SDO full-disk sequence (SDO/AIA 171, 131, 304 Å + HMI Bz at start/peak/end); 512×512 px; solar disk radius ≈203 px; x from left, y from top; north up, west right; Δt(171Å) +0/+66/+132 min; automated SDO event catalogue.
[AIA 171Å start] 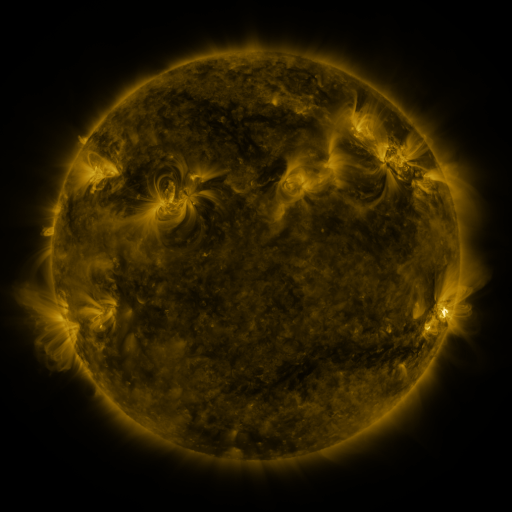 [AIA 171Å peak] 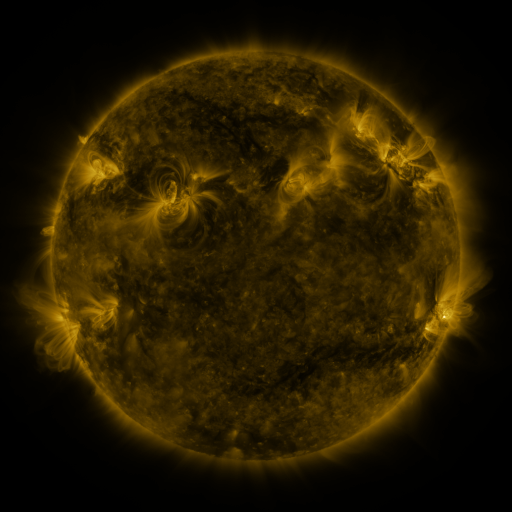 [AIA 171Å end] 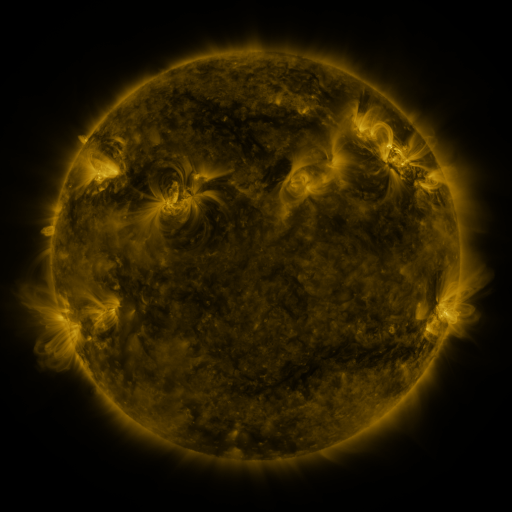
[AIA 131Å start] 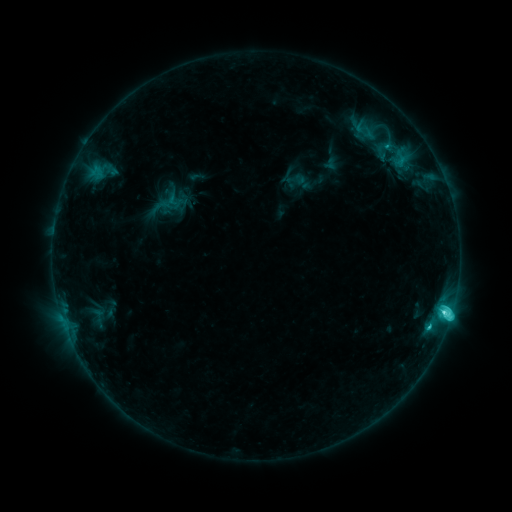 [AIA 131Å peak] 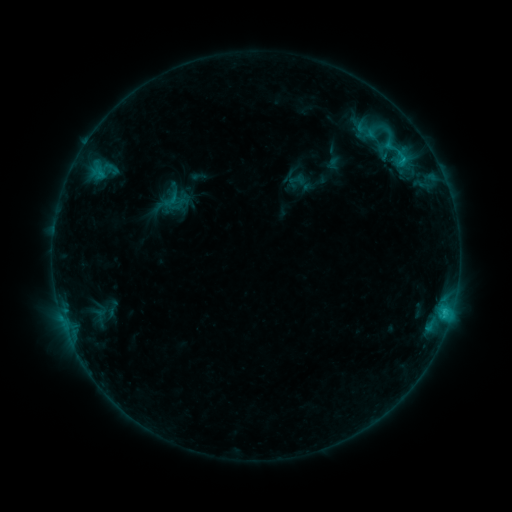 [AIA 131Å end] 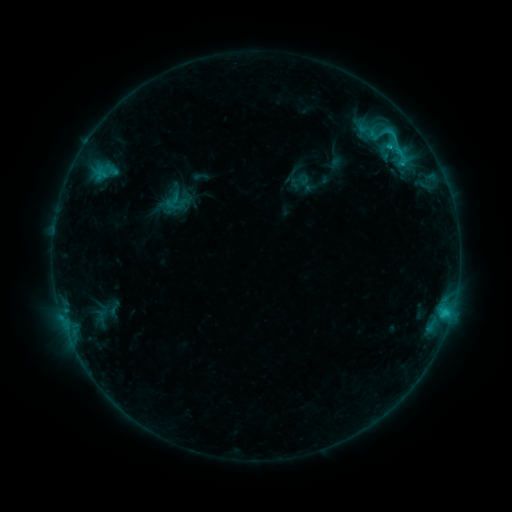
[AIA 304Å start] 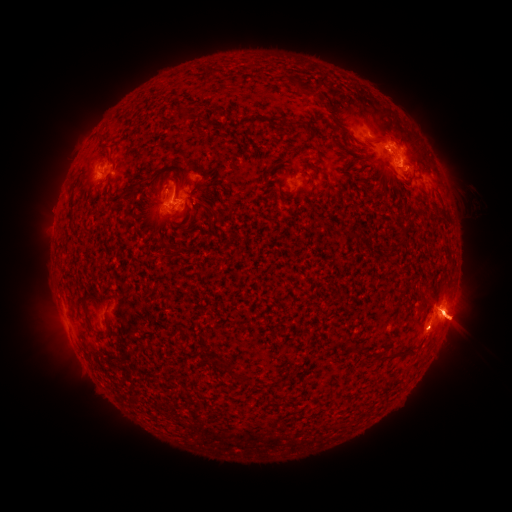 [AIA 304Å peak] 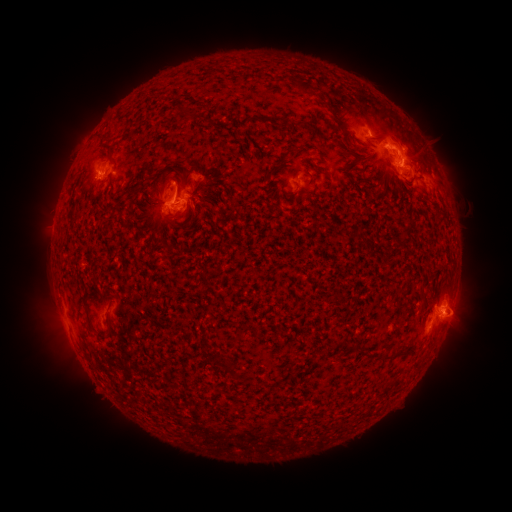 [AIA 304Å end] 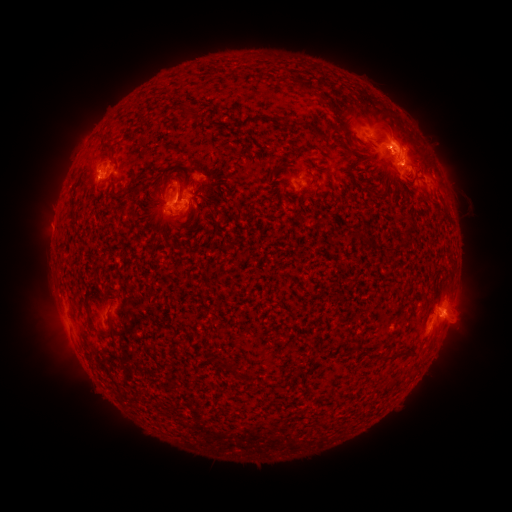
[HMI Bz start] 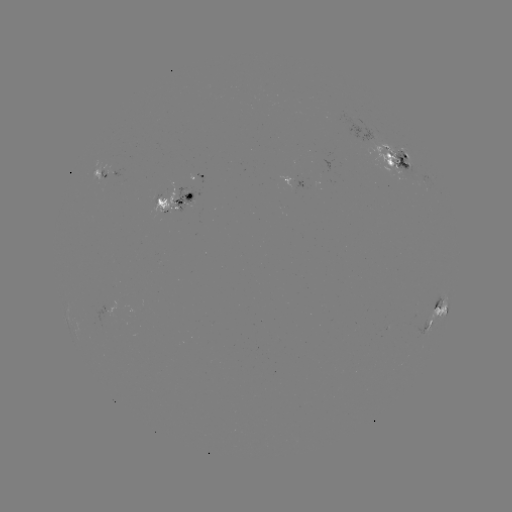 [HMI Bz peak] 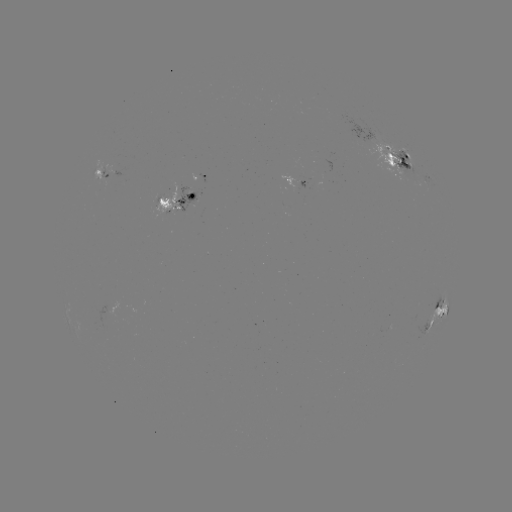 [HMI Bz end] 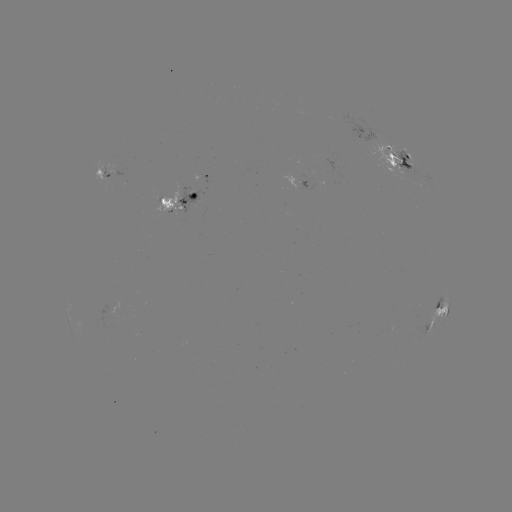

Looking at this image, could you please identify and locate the emerging-flux region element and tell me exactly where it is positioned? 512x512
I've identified emerging-flux region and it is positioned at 171,205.